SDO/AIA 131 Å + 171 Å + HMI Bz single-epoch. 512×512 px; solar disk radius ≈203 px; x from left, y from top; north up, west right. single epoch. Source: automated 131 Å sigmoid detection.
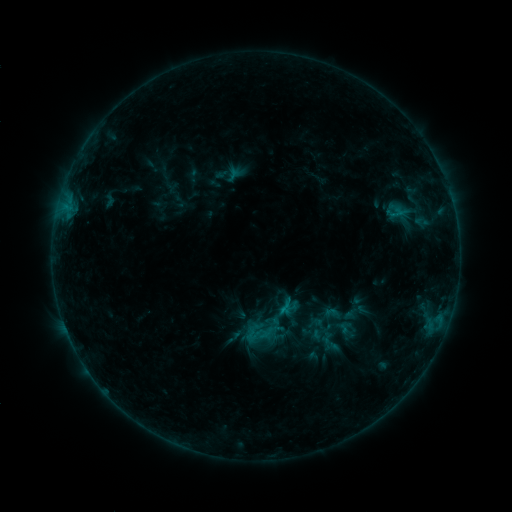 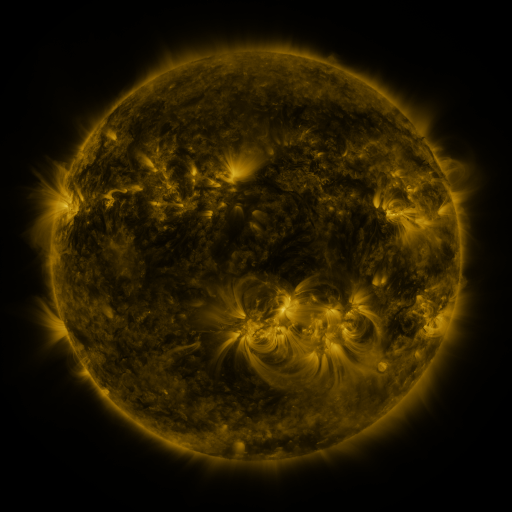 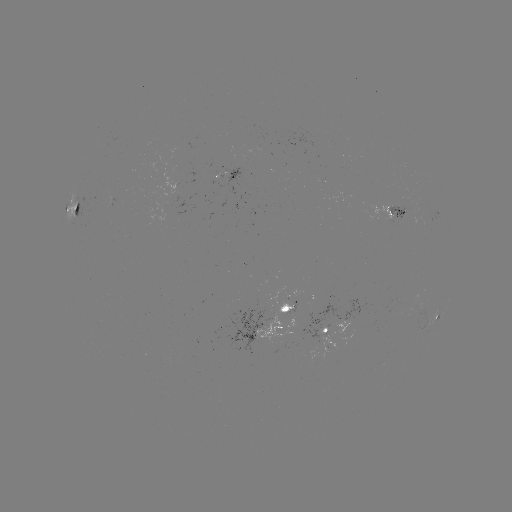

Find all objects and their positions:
sigmoid: (226, 174)
sigmoid: (324, 340)
